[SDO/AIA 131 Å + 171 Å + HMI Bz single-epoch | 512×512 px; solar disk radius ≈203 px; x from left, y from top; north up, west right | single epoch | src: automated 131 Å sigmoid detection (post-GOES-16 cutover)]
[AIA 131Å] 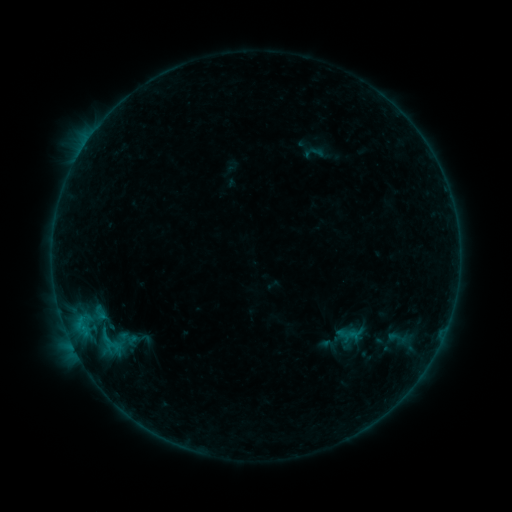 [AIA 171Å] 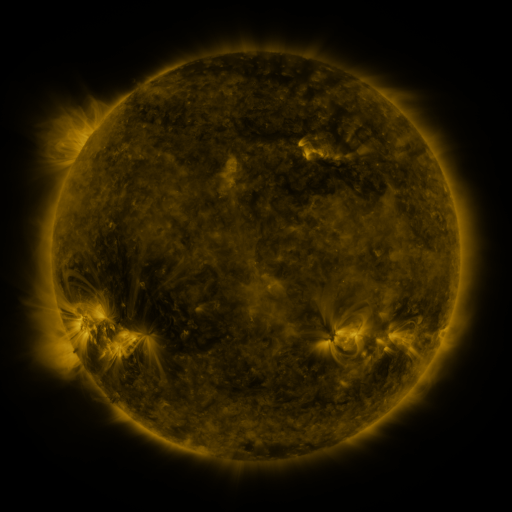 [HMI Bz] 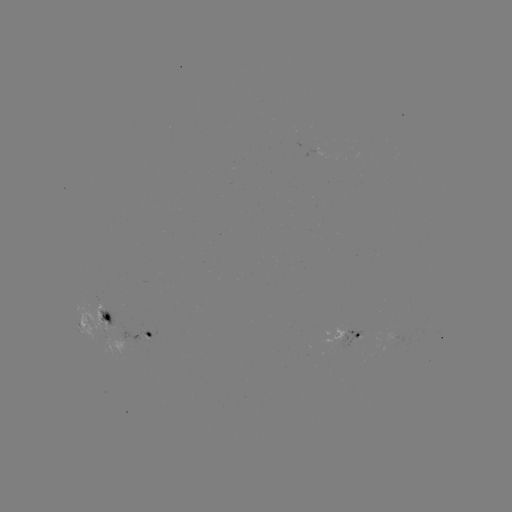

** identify sigmoid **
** (103, 343) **